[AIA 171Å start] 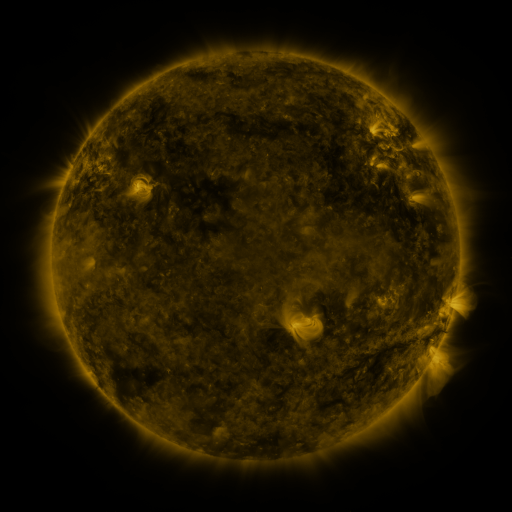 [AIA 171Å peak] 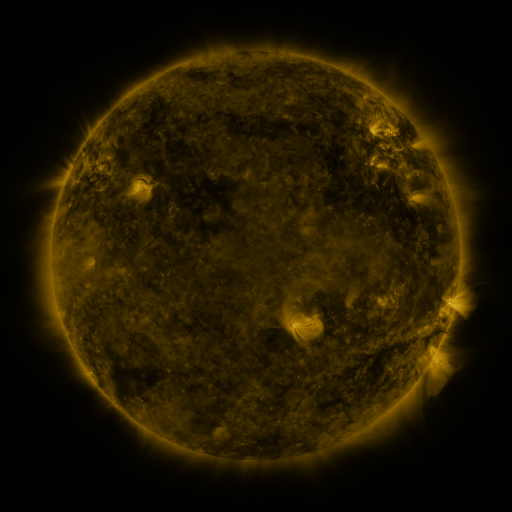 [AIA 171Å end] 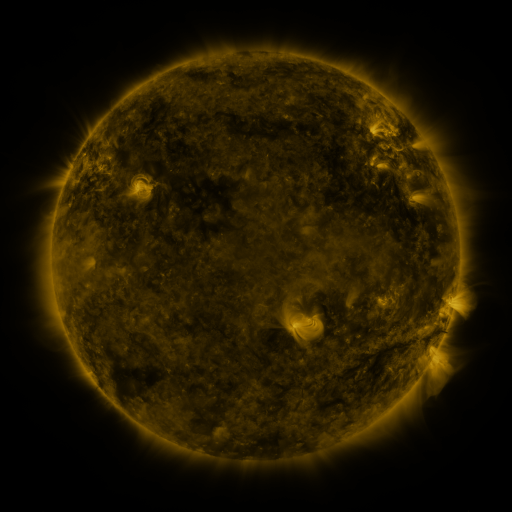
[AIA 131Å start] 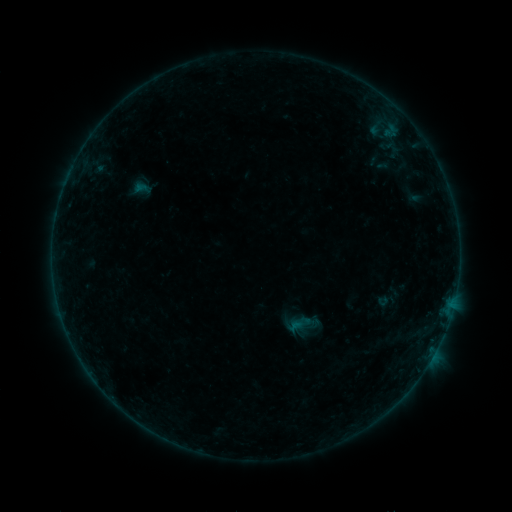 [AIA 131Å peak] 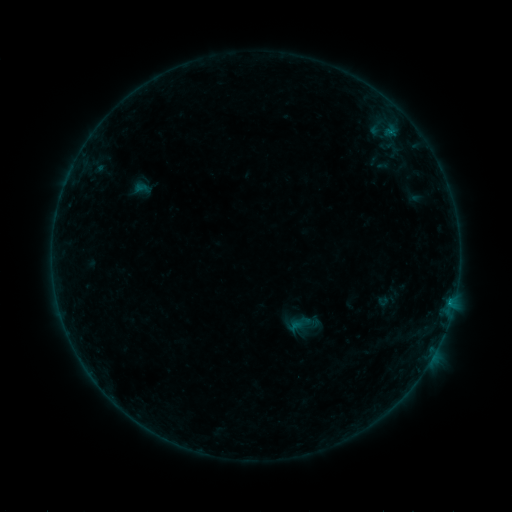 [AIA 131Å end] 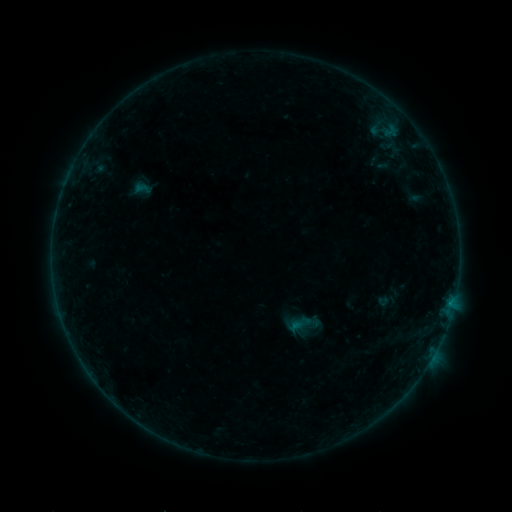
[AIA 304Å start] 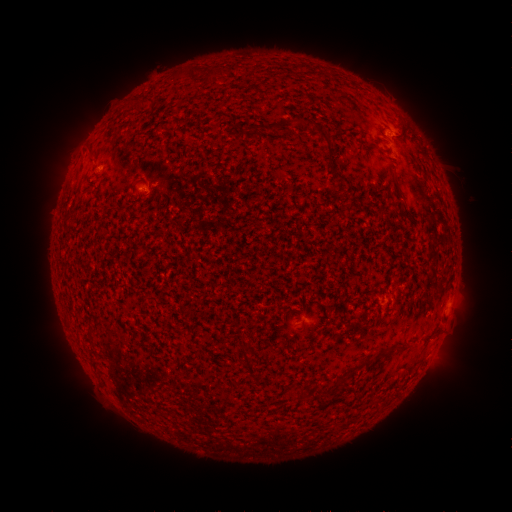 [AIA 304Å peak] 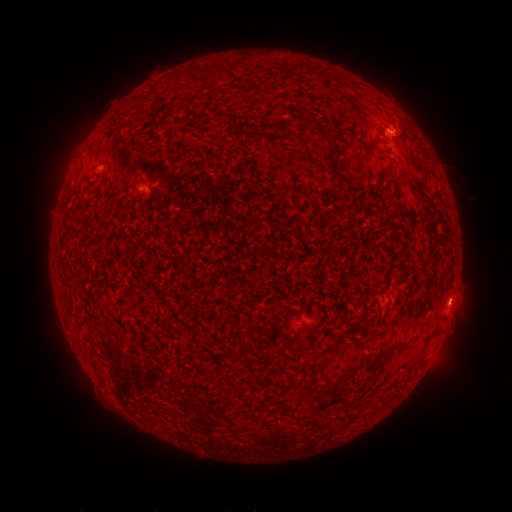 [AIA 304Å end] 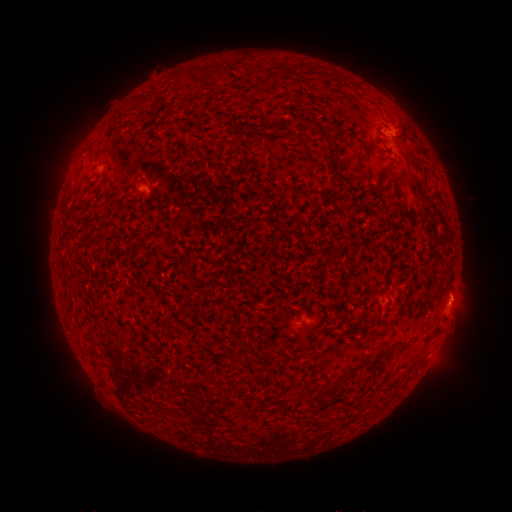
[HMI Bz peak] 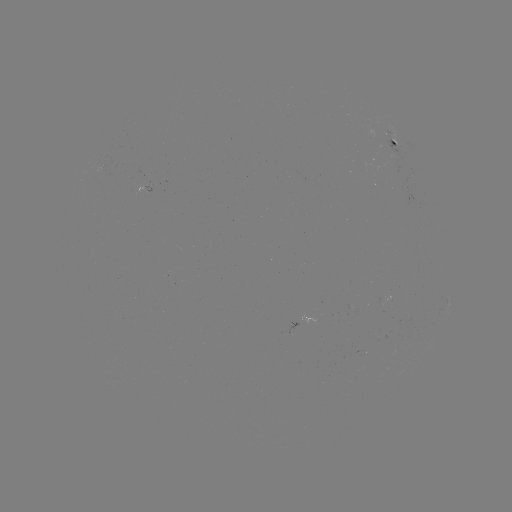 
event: flare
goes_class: B2.0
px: (389, 132)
